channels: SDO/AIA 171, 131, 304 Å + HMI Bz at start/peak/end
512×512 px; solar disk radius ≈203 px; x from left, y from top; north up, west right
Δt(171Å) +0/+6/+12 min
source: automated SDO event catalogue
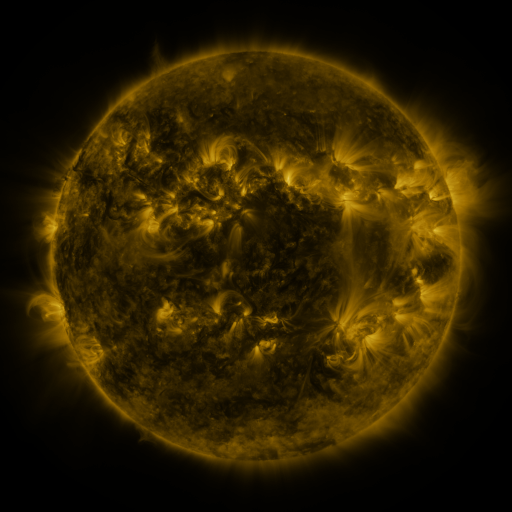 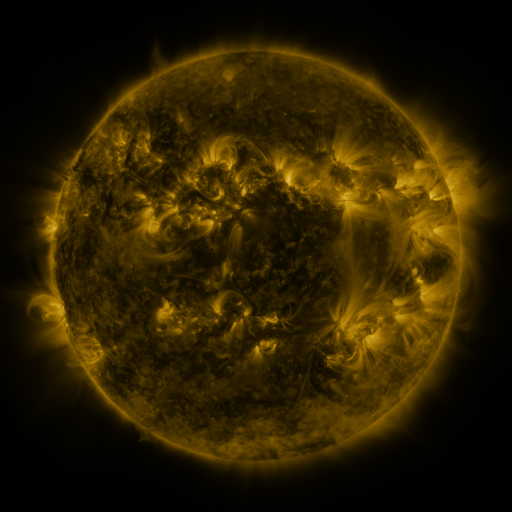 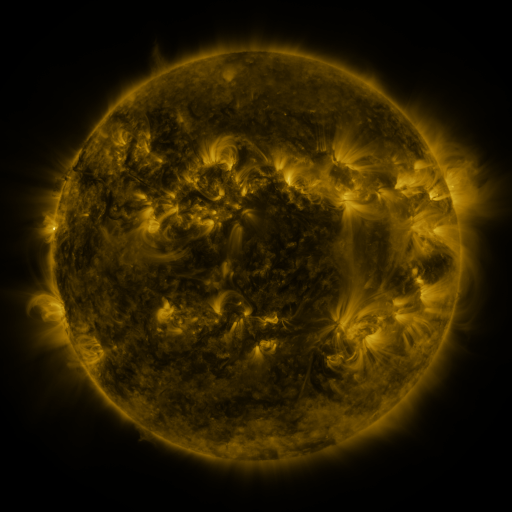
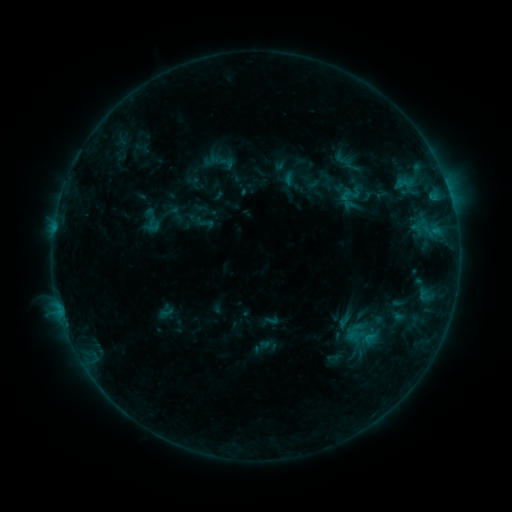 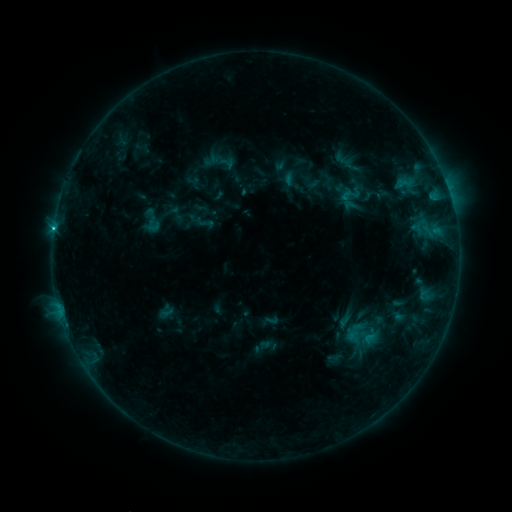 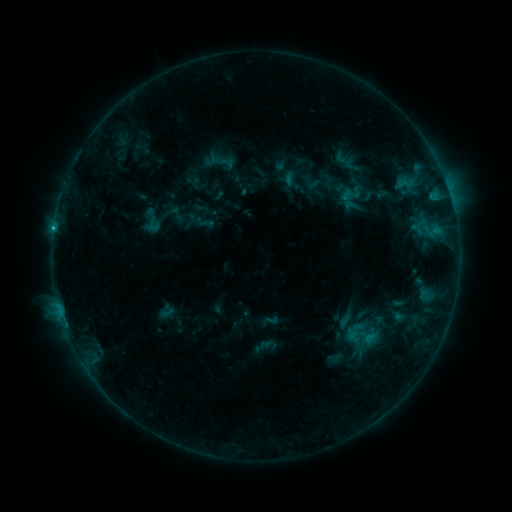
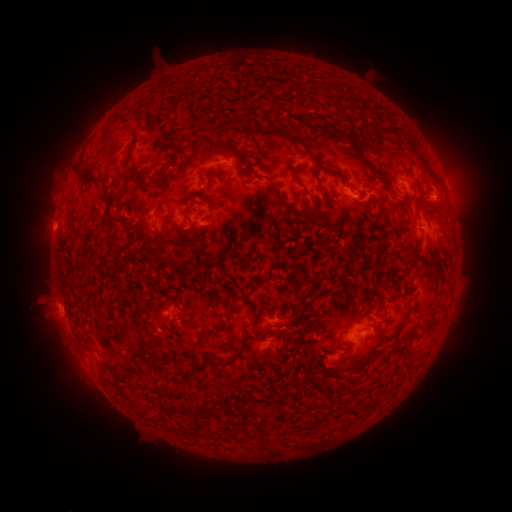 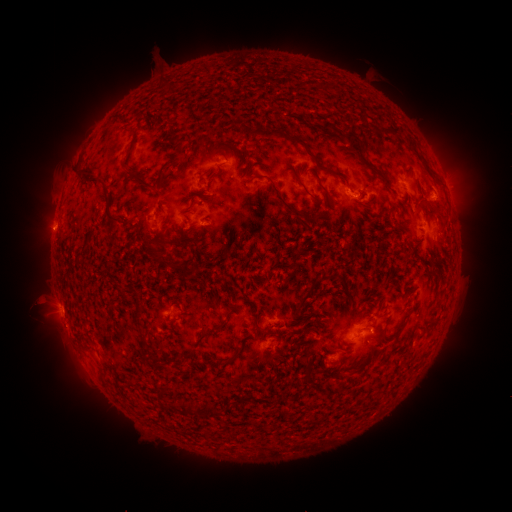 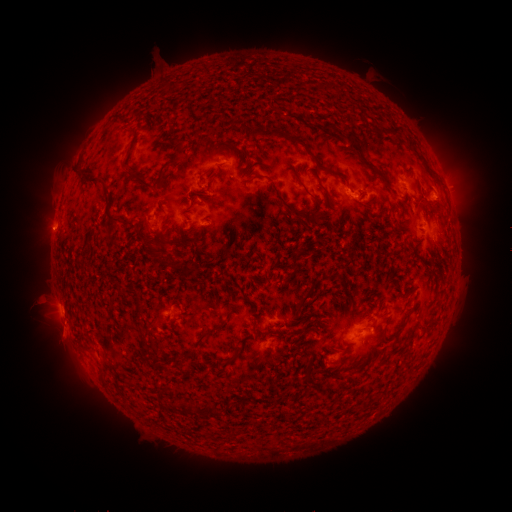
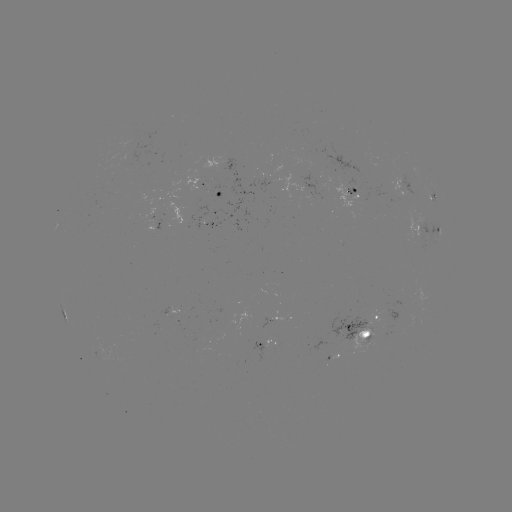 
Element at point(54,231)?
C1.2 flare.